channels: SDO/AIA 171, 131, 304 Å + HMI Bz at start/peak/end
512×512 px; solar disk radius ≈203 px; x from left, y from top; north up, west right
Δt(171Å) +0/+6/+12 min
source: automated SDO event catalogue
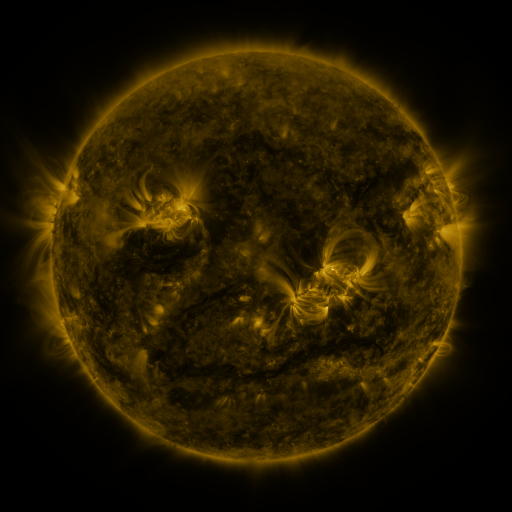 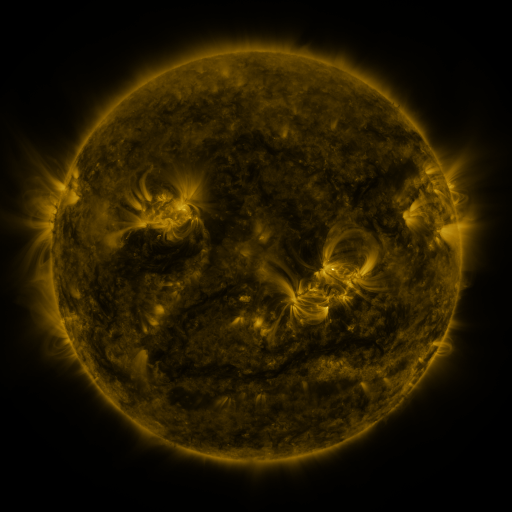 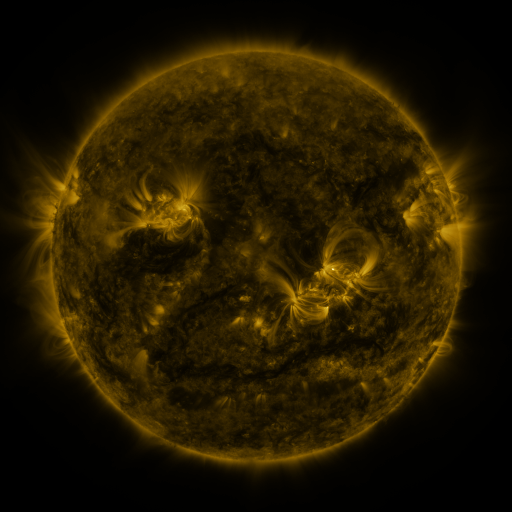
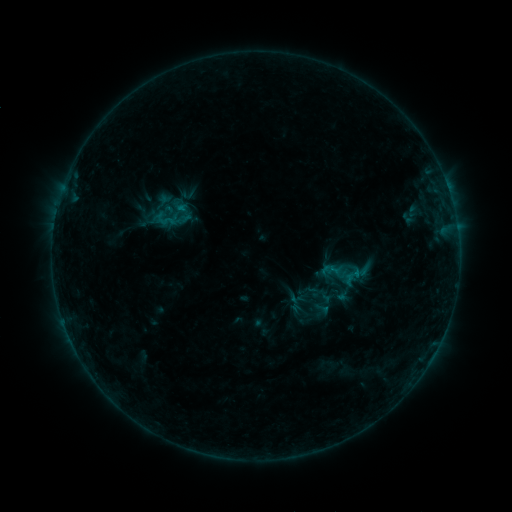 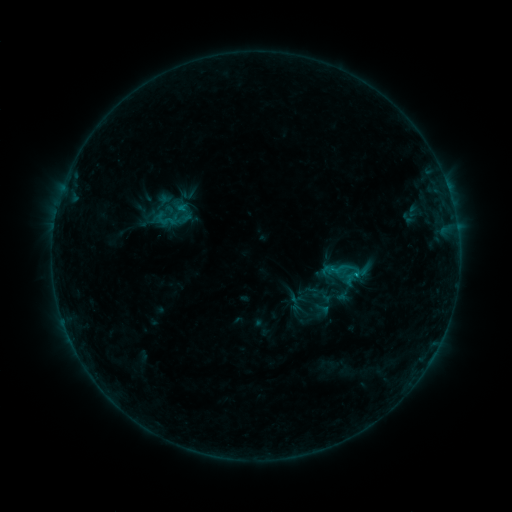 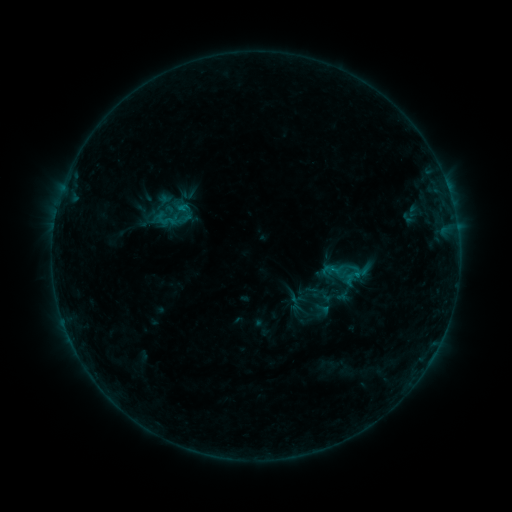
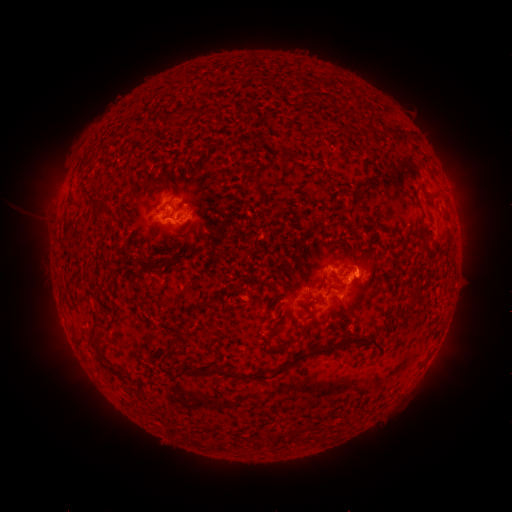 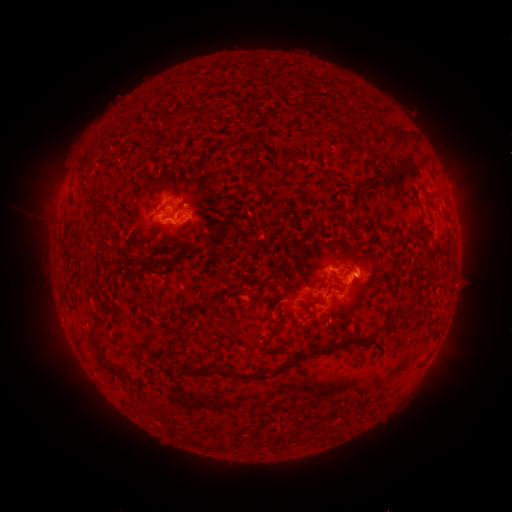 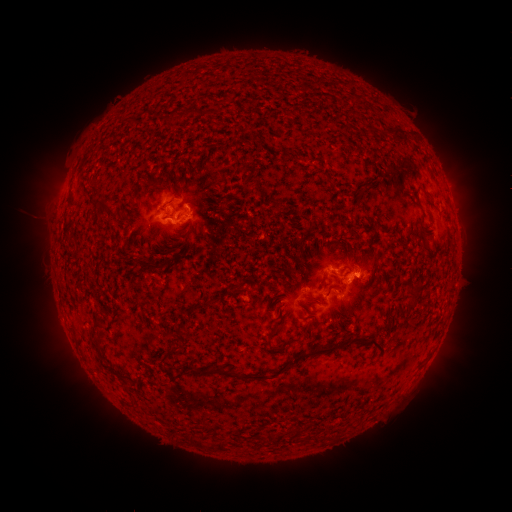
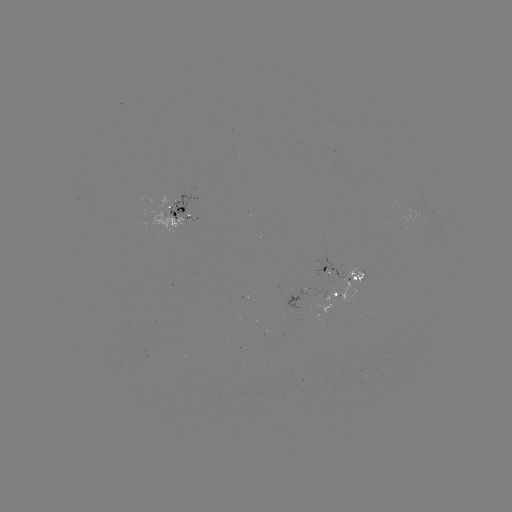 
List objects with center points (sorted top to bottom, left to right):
B7.1 flare: (354, 271)
